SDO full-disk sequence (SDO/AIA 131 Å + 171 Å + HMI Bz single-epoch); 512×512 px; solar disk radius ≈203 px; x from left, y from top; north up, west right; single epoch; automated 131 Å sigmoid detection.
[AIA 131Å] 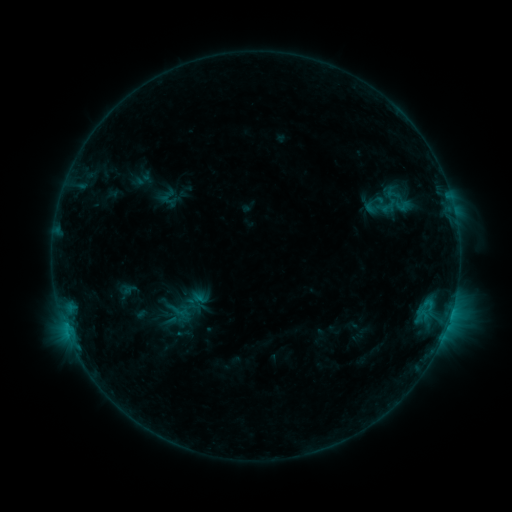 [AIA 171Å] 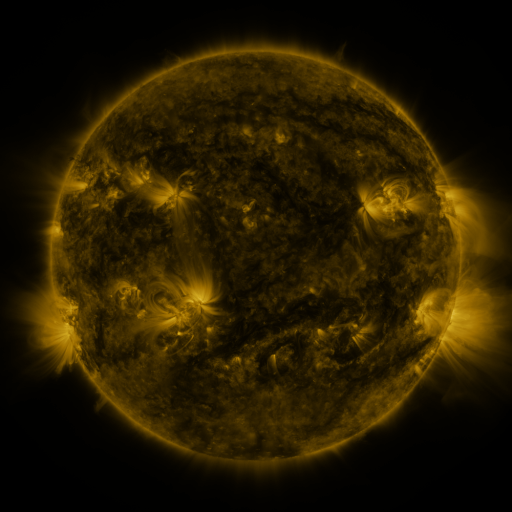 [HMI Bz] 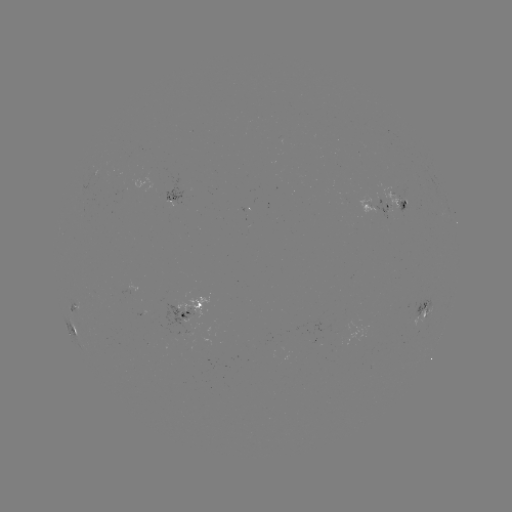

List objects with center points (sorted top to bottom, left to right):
sigmoid: (400, 200)
